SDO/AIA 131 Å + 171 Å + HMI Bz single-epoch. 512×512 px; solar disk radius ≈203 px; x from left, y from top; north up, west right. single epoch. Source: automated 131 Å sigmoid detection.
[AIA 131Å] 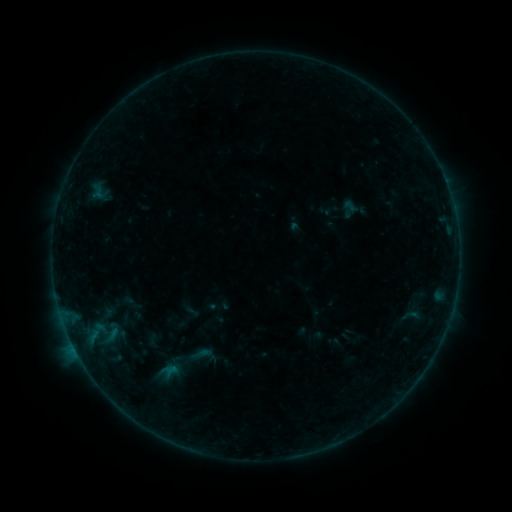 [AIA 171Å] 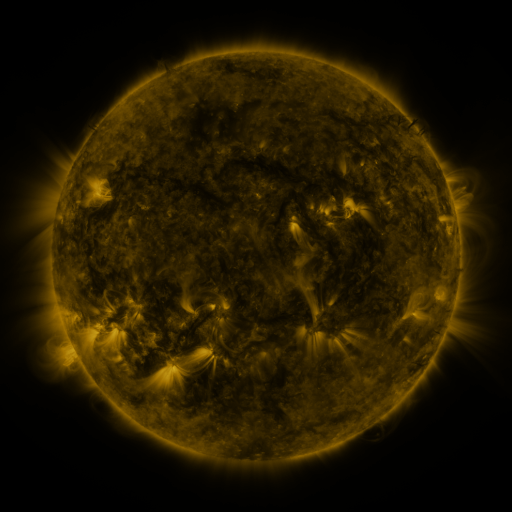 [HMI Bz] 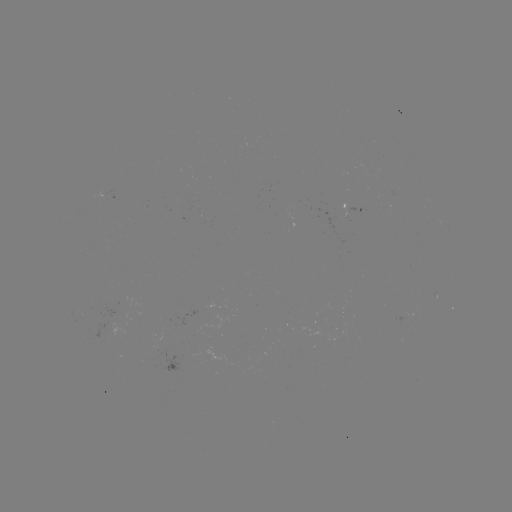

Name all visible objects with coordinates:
sigmoid: (199, 356)
sigmoid: (170, 372)
